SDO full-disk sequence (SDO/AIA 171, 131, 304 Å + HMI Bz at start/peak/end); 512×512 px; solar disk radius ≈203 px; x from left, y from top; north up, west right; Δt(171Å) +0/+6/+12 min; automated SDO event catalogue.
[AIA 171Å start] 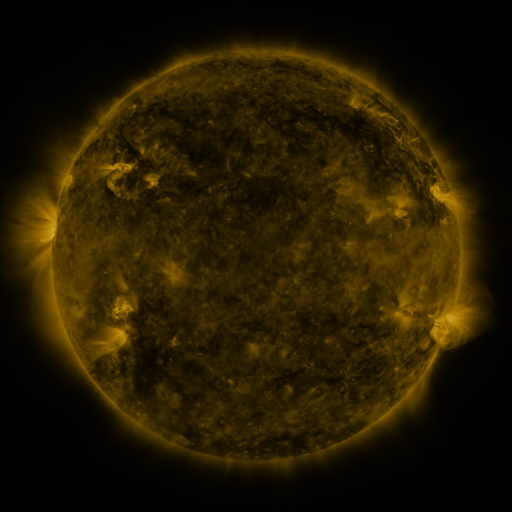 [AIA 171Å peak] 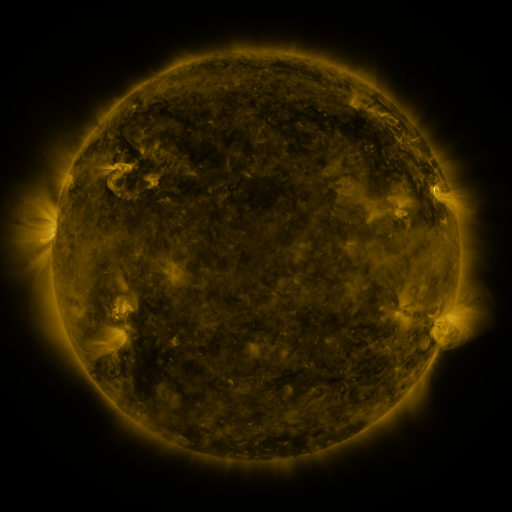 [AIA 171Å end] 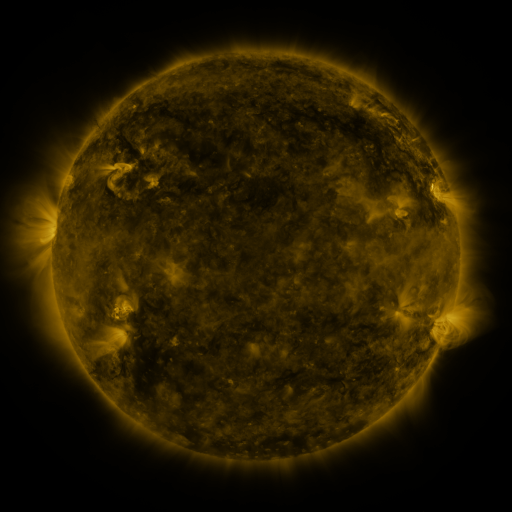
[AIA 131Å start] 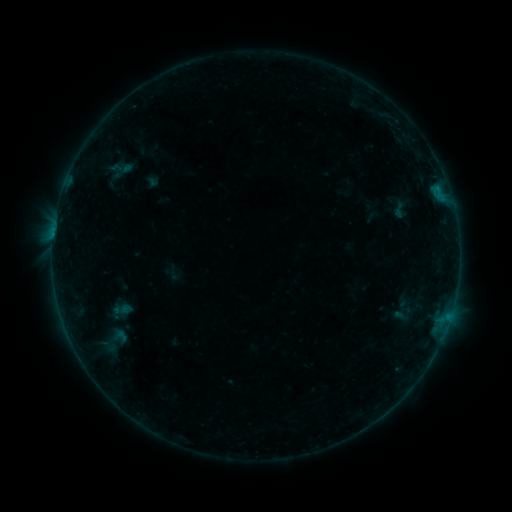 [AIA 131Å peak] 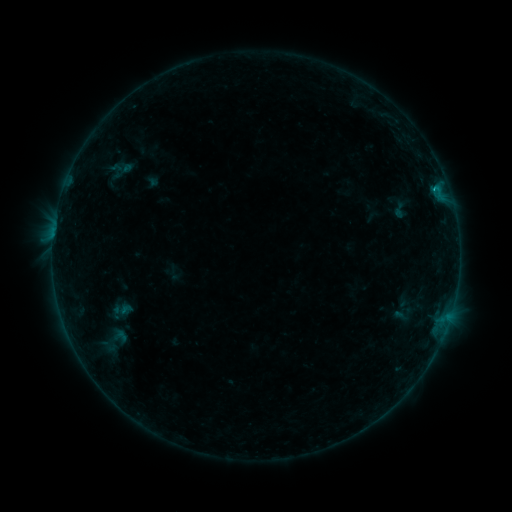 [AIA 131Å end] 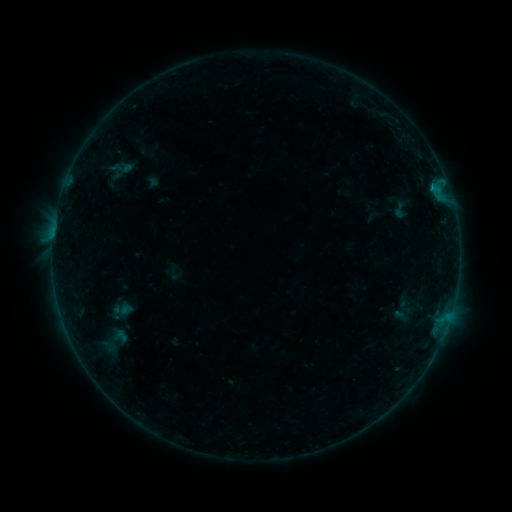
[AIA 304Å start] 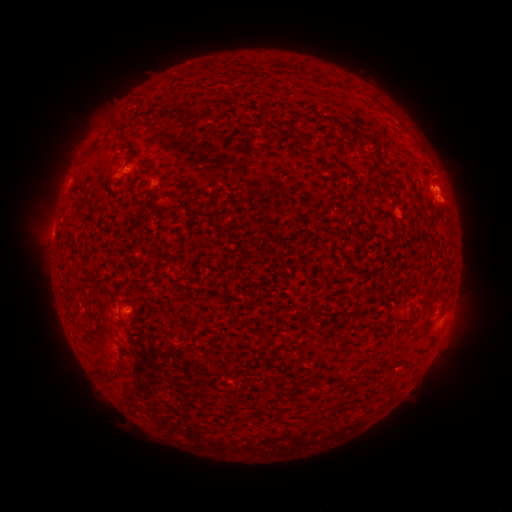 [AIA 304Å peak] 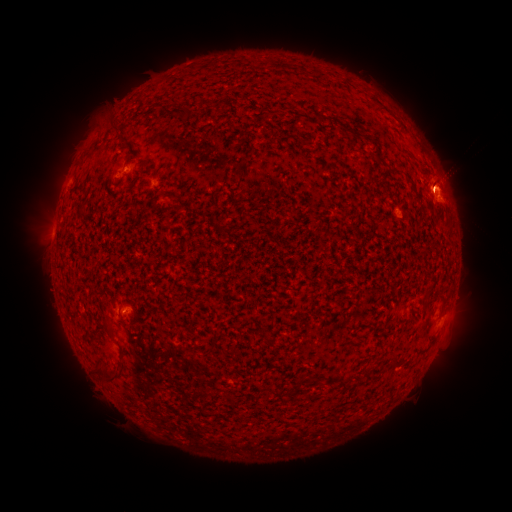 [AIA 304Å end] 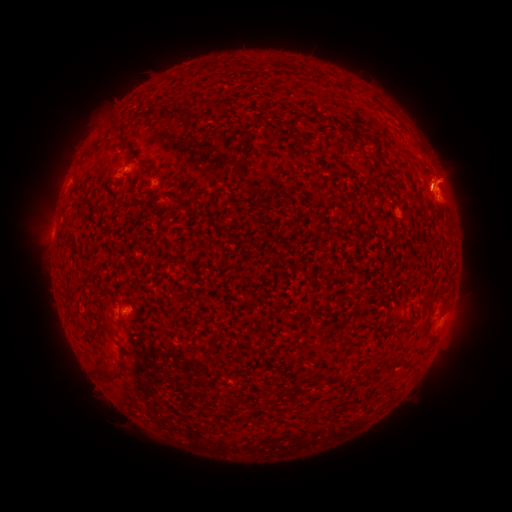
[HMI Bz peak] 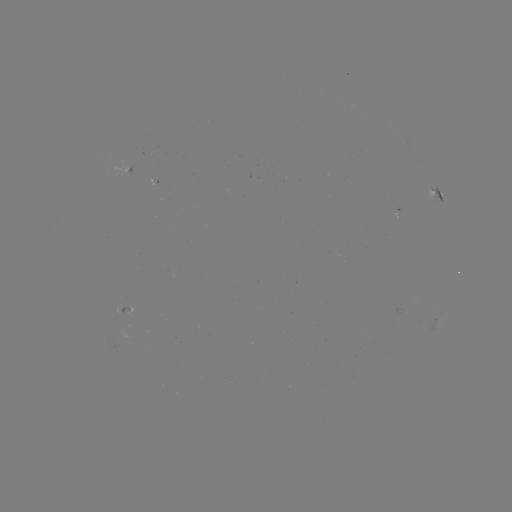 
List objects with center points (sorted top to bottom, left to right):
B5.0 flare: (436, 191)
